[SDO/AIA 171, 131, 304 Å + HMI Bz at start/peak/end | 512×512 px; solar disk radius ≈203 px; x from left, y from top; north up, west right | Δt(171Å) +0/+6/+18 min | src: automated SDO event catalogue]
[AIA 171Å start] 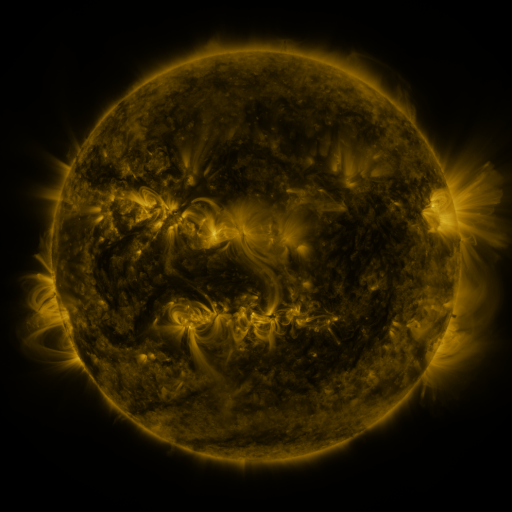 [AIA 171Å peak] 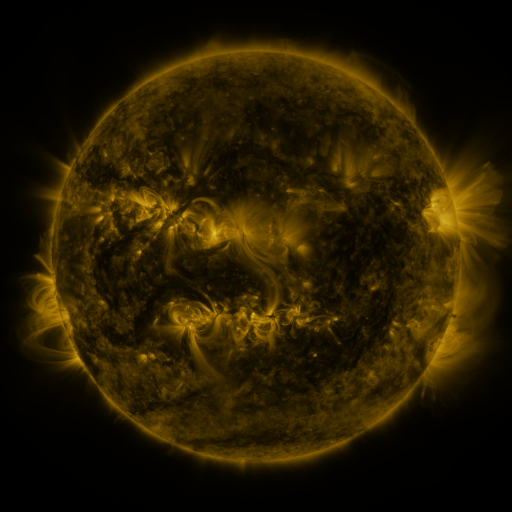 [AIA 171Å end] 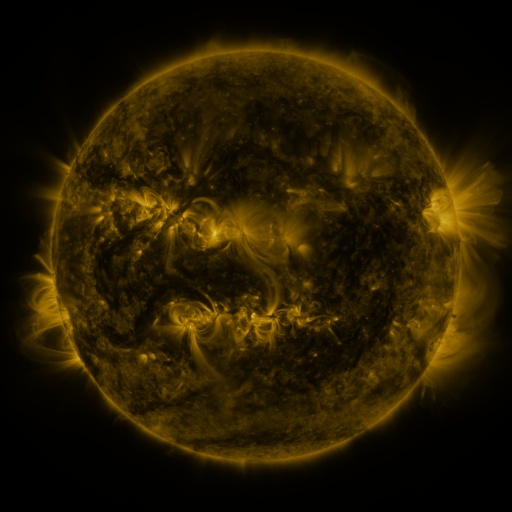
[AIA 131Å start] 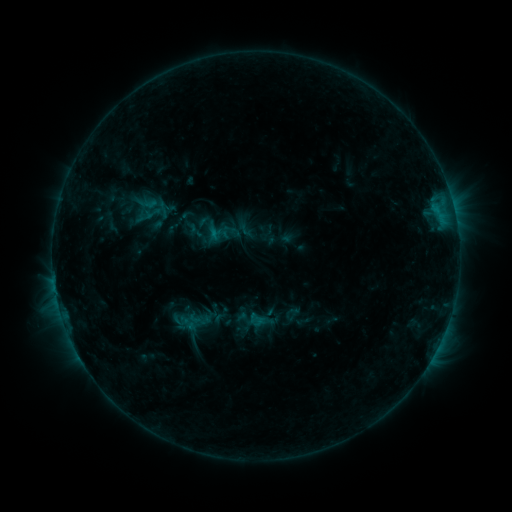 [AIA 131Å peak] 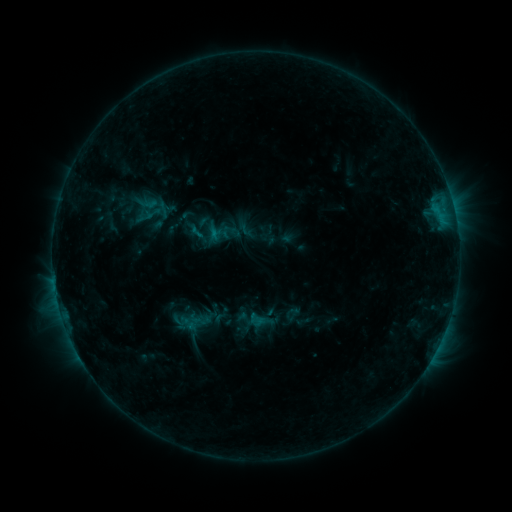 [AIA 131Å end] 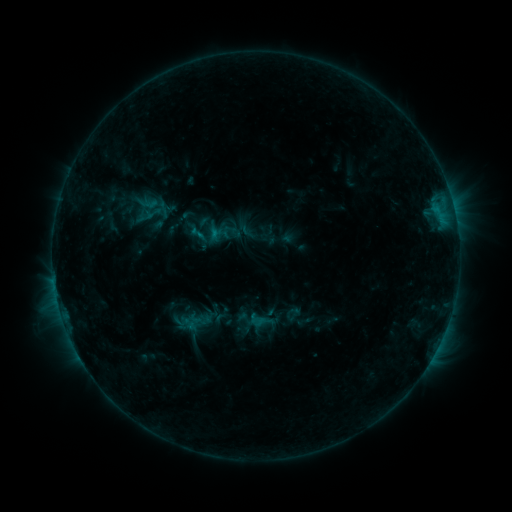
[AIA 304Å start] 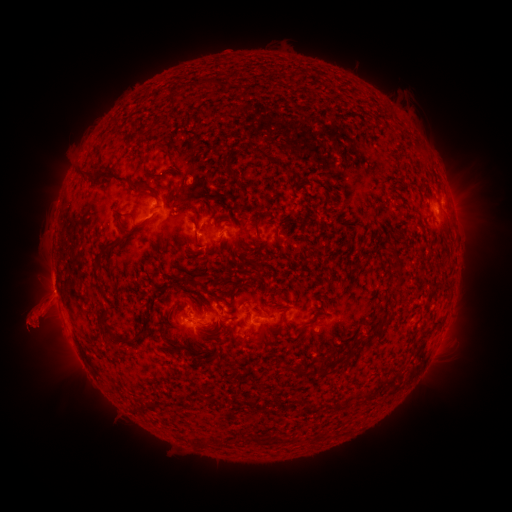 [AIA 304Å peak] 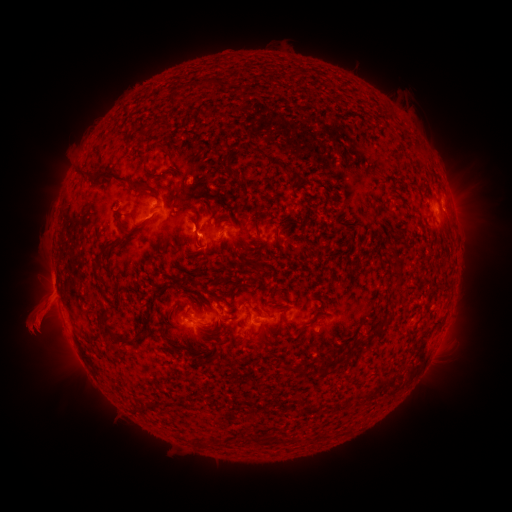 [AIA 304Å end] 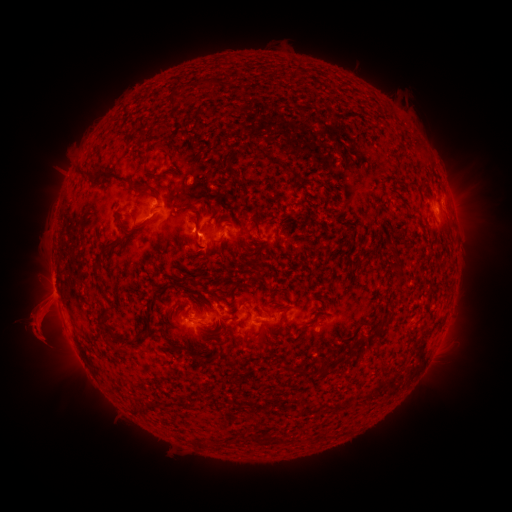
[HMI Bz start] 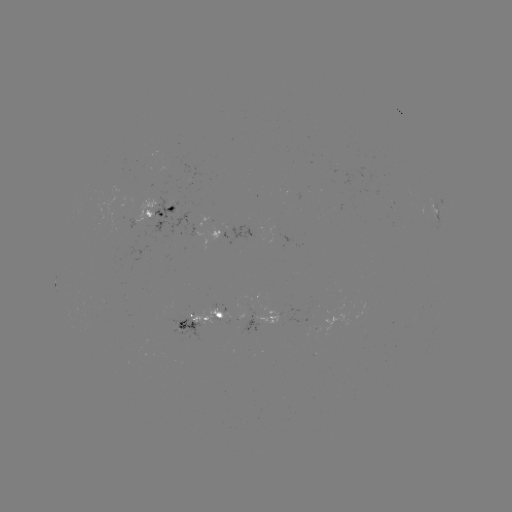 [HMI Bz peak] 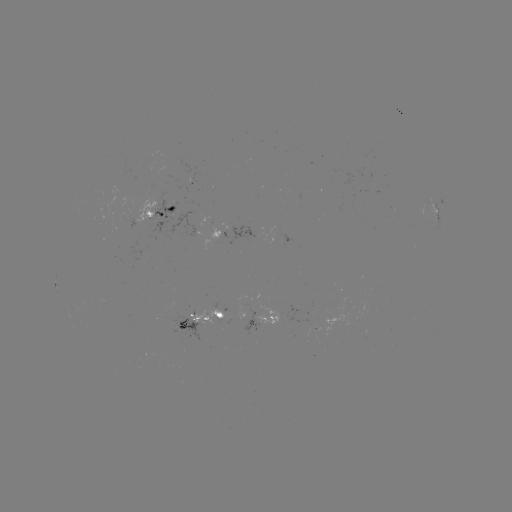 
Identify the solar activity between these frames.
B9.0 flare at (196, 233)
